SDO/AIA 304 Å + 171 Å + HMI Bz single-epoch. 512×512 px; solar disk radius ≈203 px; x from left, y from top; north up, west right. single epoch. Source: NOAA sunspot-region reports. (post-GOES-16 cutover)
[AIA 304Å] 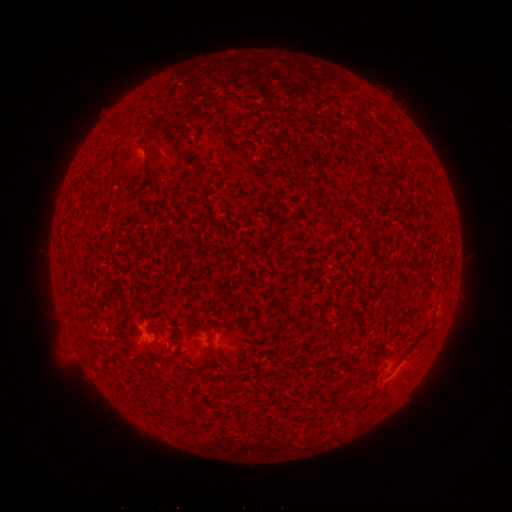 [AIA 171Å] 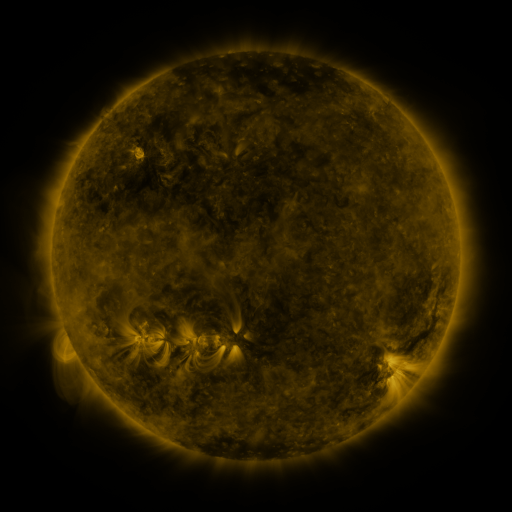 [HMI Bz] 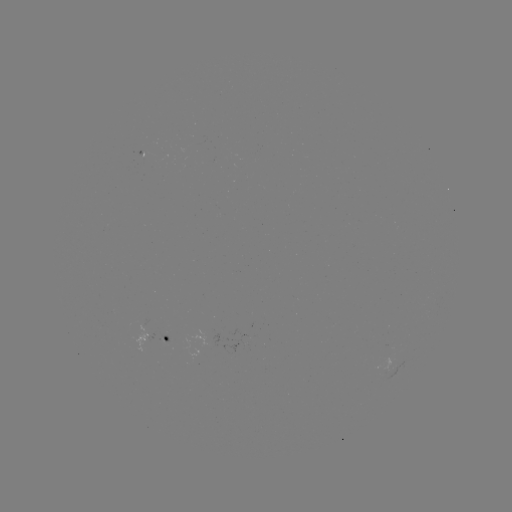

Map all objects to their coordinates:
spotted active region: (170, 341)
